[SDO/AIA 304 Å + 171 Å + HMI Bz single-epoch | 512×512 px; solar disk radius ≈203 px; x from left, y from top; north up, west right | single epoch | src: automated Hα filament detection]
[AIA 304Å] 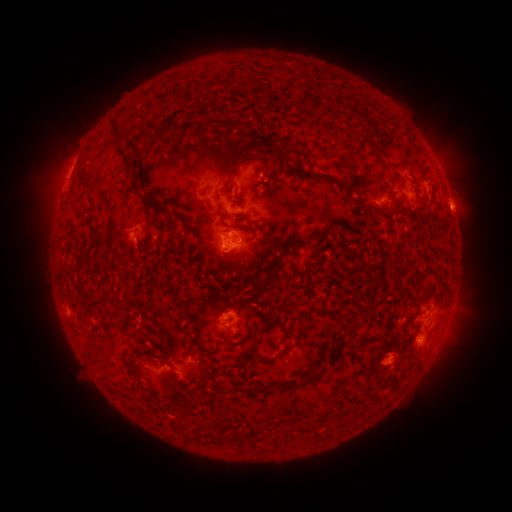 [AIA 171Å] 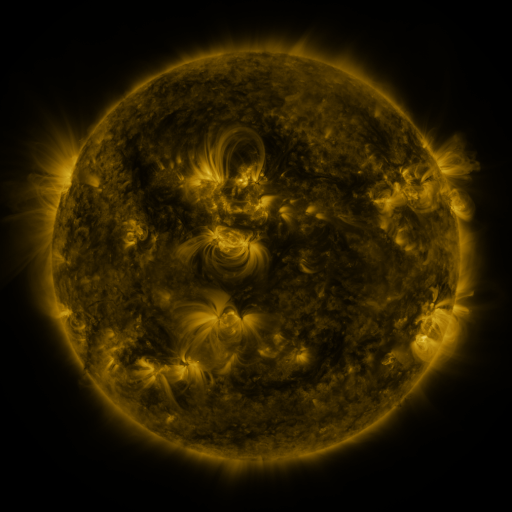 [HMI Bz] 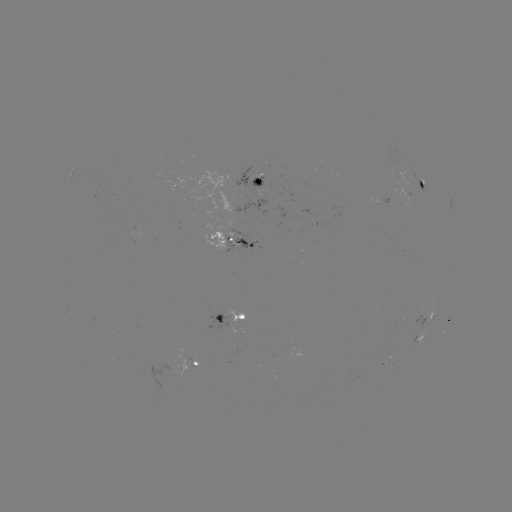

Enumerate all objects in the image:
filament: (221, 148)
filament: (125, 156)
filament: (218, 160)
filament: (264, 162)
filament: (405, 163)
filament: (231, 167)
filament: (333, 180)
filament: (135, 185)
filament: (156, 208)
filament: (183, 222)
filament: (297, 248)
filament: (276, 277)
filament: (100, 300)
filament: (144, 302)
filament: (349, 325)
filament: (331, 357)
filament: (266, 359)
filament: (218, 383)
filament: (304, 384)
filament: (262, 390)
filament: (294, 427)
filament: (191, 439)
